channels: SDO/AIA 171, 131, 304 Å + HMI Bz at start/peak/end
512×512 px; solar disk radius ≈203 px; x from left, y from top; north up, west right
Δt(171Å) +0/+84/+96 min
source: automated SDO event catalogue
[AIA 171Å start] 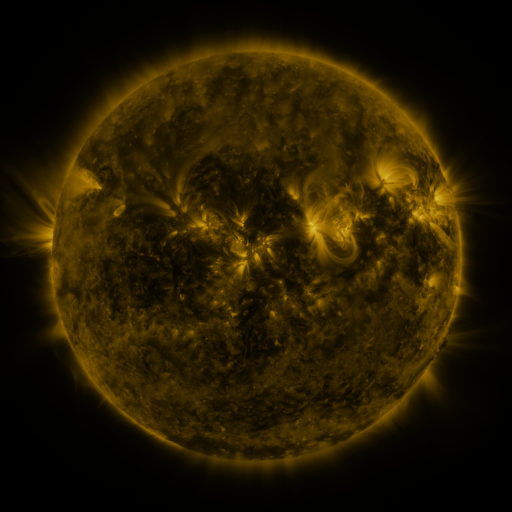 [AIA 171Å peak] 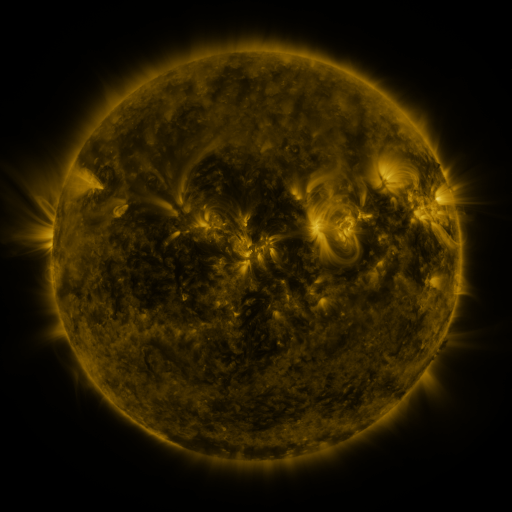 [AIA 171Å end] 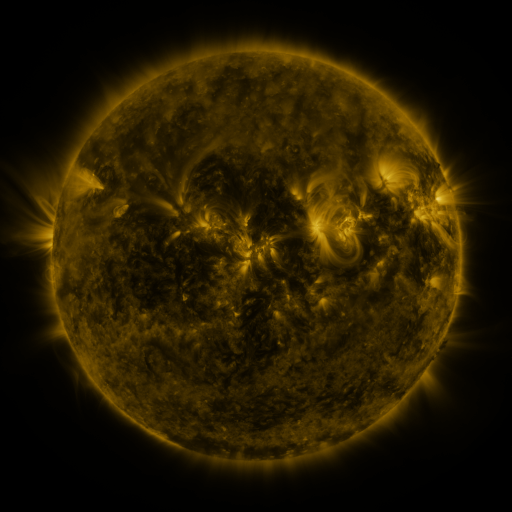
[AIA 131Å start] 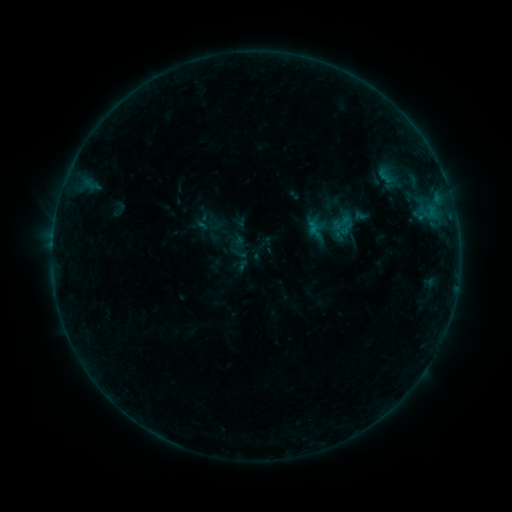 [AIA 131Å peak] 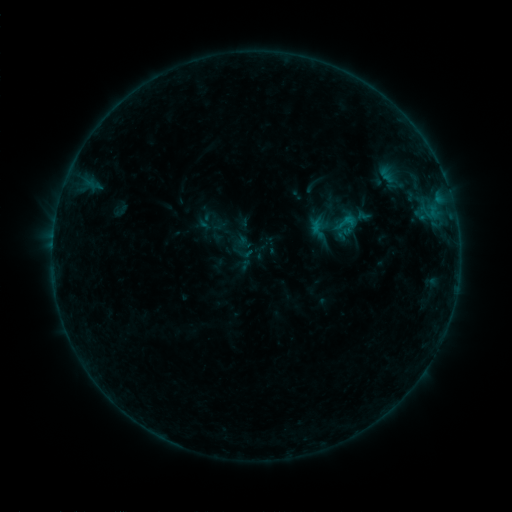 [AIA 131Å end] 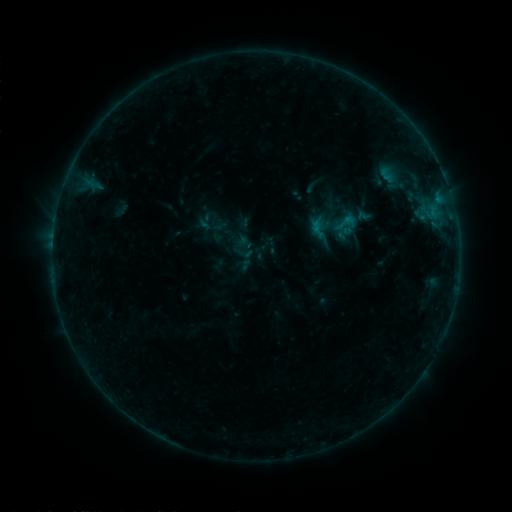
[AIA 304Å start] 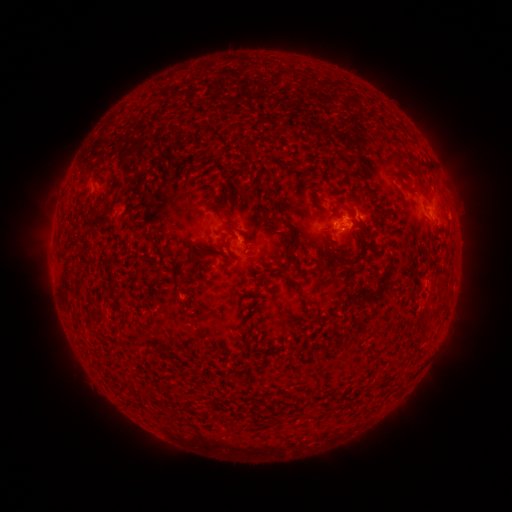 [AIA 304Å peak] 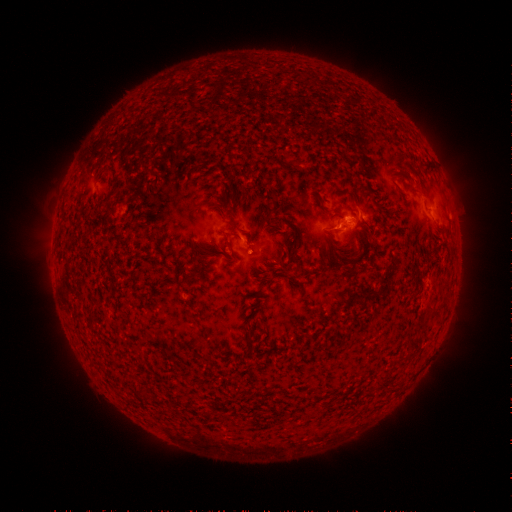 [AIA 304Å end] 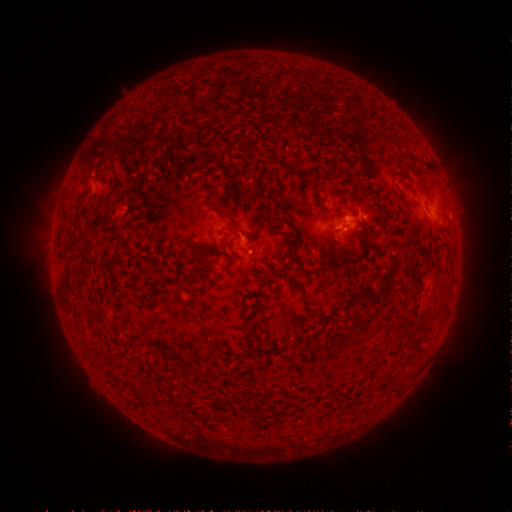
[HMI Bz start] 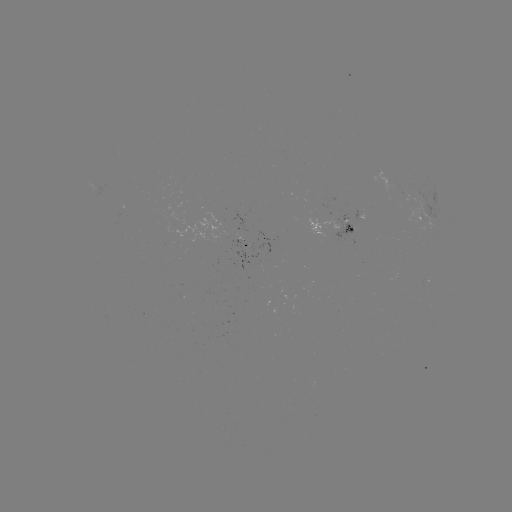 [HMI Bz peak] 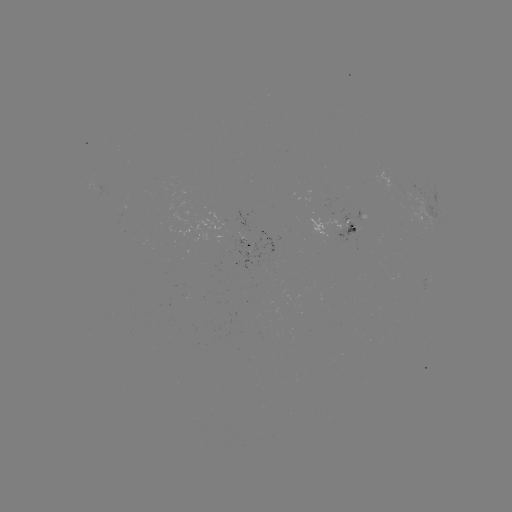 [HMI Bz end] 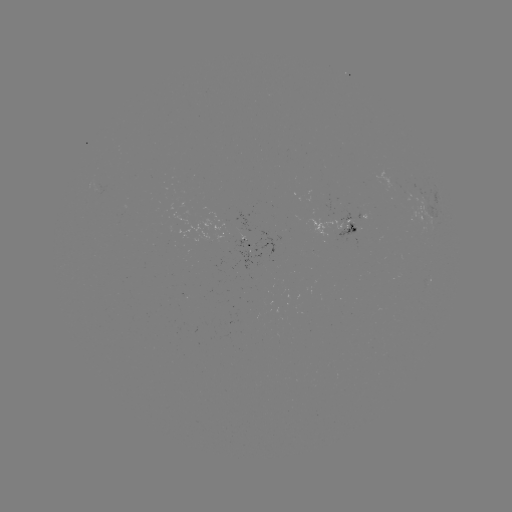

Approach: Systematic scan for emerging-flux region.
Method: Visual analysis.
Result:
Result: emerging-flux region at (350, 224).